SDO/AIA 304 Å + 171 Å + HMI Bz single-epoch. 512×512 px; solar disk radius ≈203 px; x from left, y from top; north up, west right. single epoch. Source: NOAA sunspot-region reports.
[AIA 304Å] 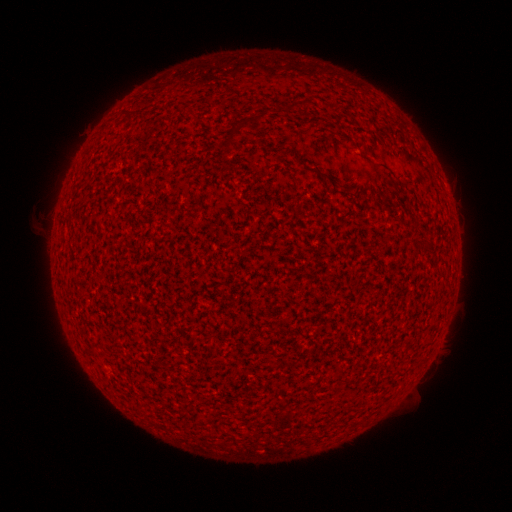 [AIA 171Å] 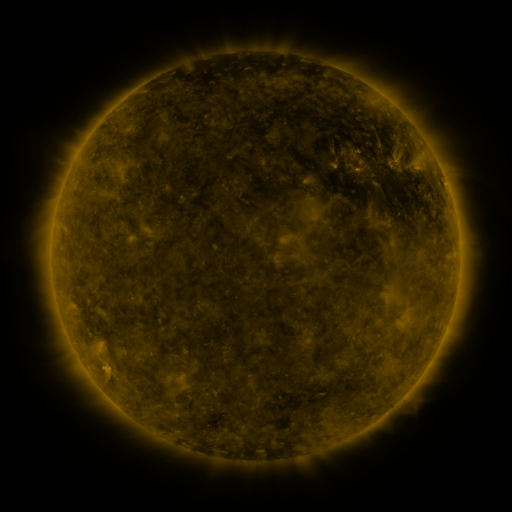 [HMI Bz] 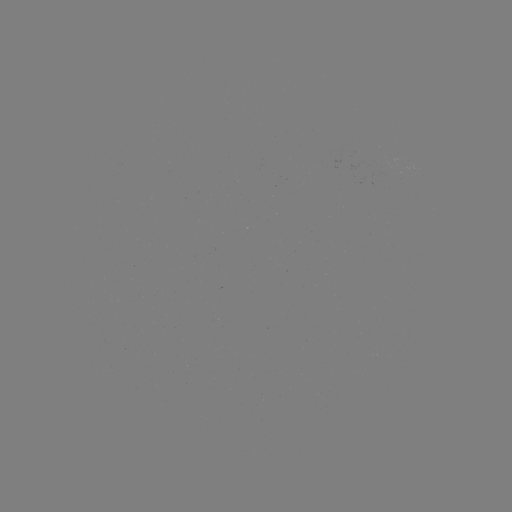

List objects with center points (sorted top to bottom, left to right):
(none)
